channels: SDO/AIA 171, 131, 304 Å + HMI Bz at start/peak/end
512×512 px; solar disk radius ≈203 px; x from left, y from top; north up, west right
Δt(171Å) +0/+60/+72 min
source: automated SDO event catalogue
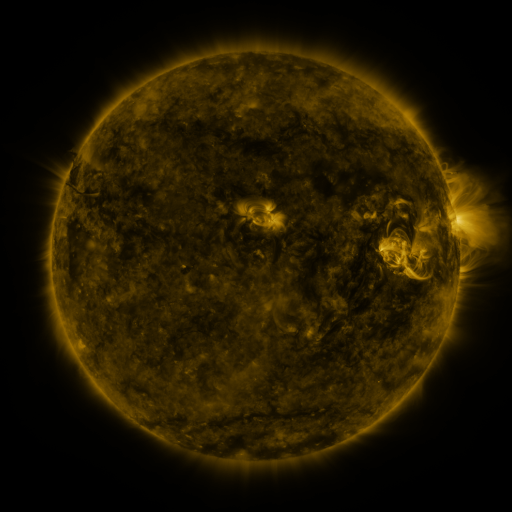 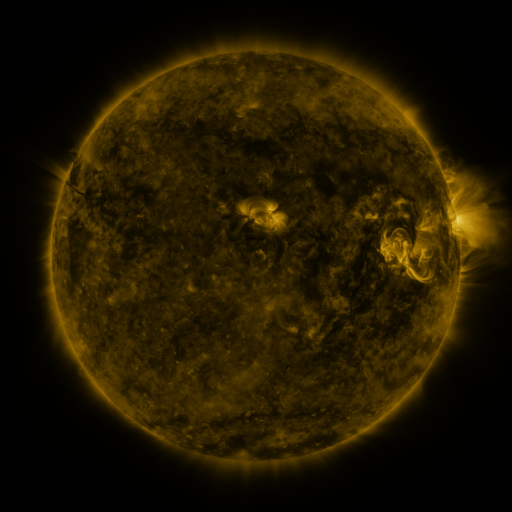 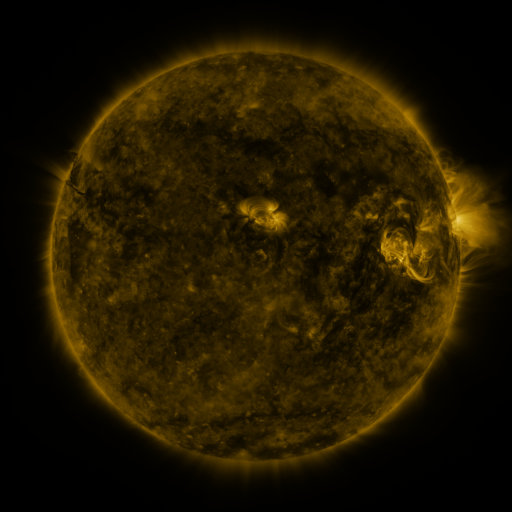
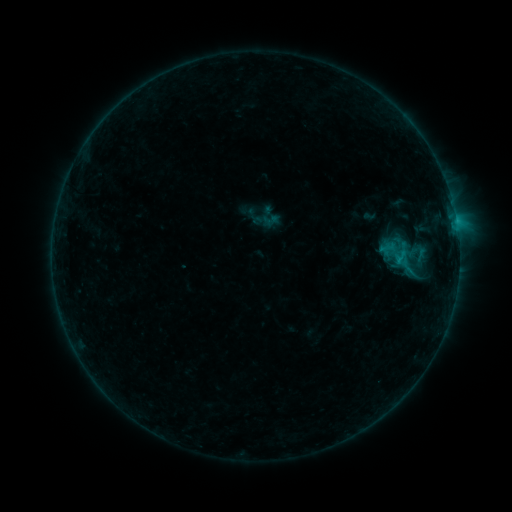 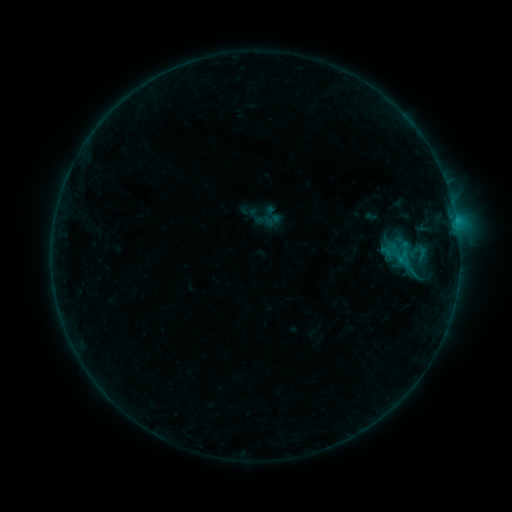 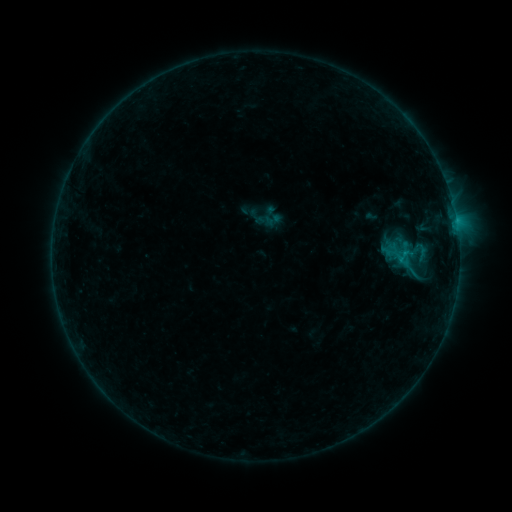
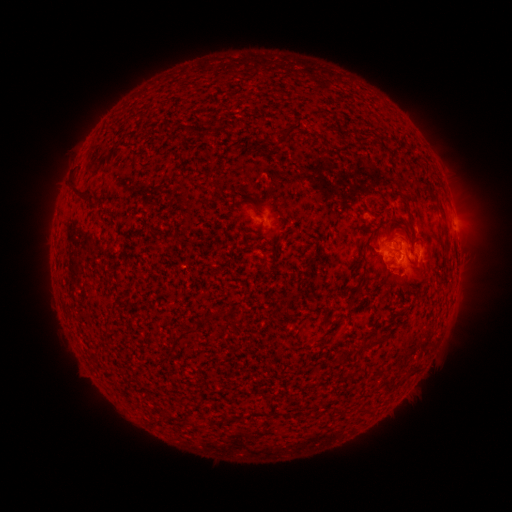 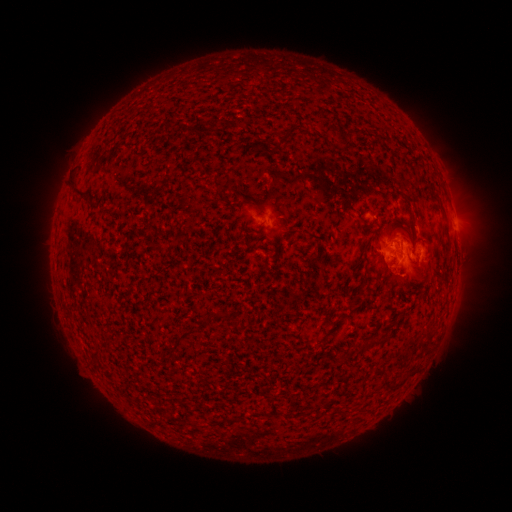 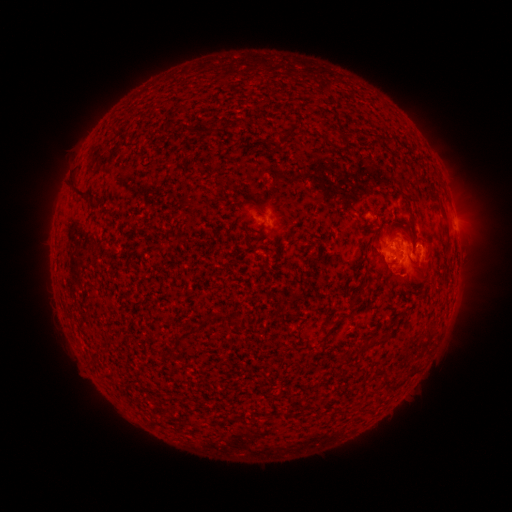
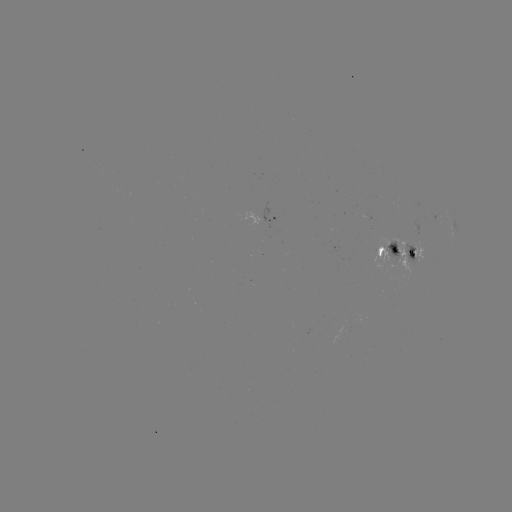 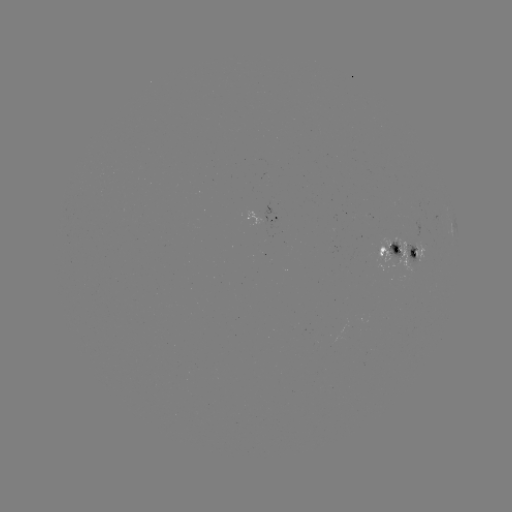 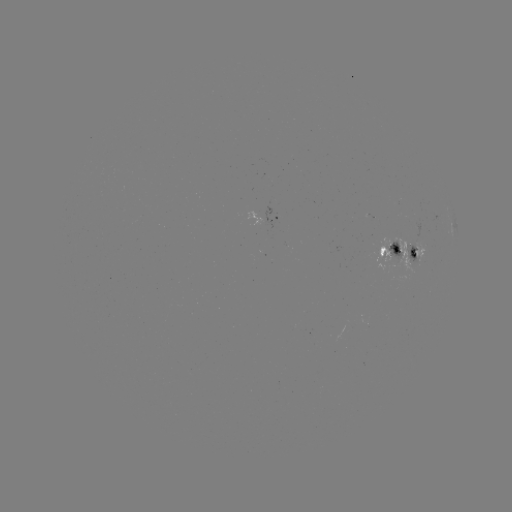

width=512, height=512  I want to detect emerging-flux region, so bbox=[385, 240, 402, 263].